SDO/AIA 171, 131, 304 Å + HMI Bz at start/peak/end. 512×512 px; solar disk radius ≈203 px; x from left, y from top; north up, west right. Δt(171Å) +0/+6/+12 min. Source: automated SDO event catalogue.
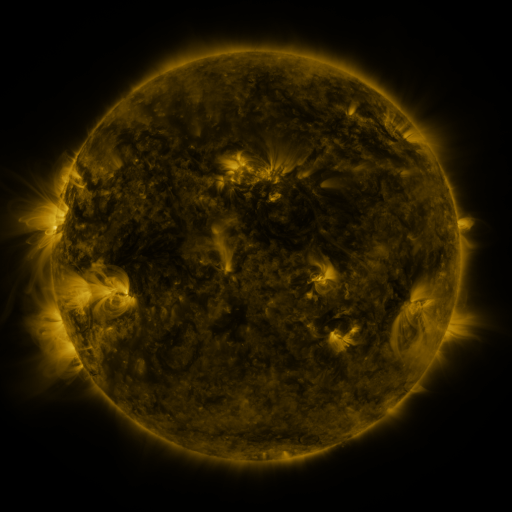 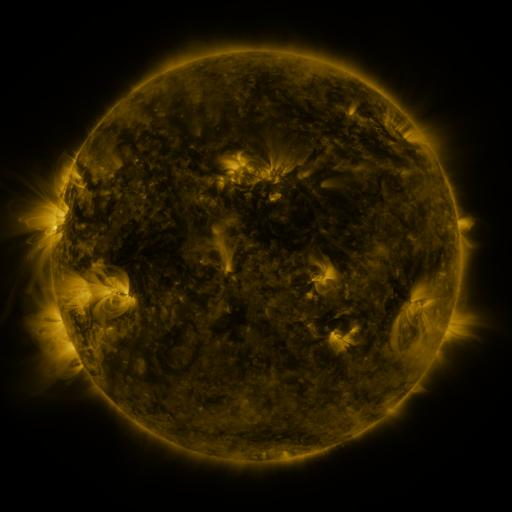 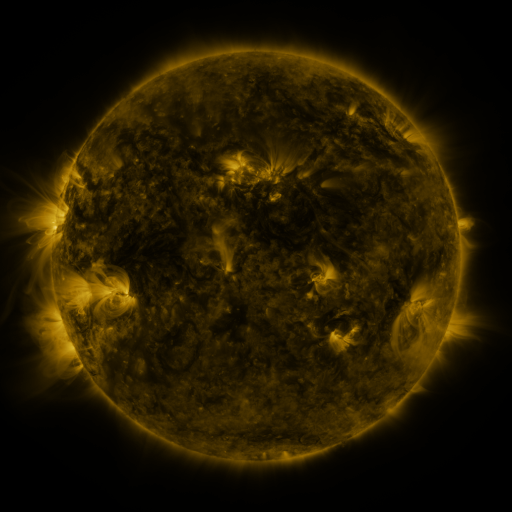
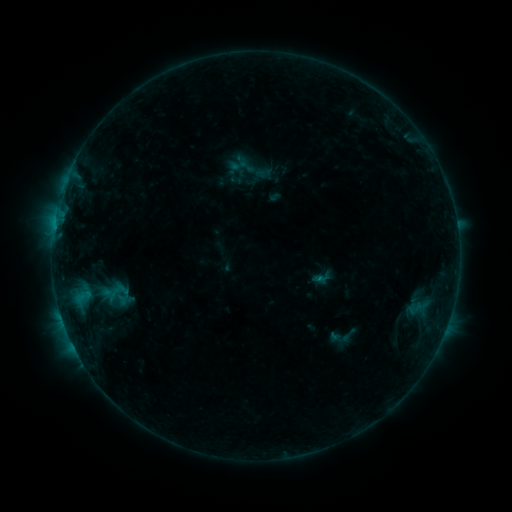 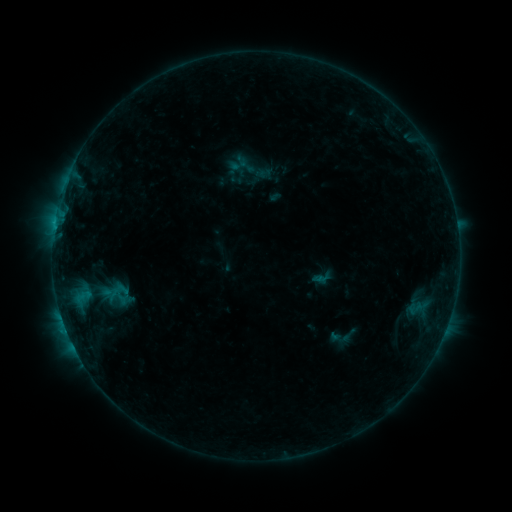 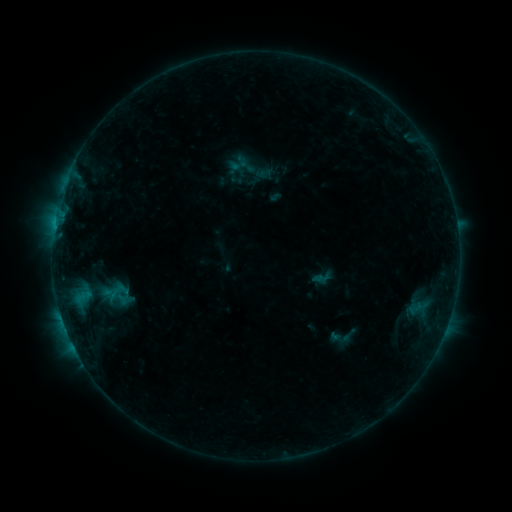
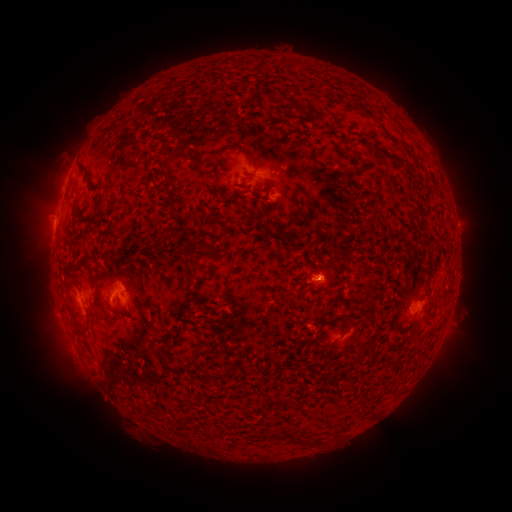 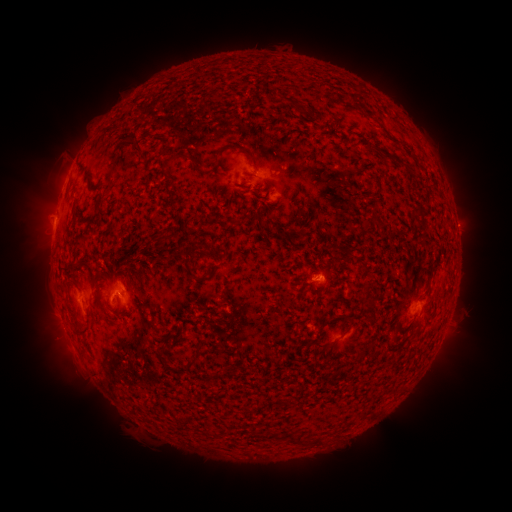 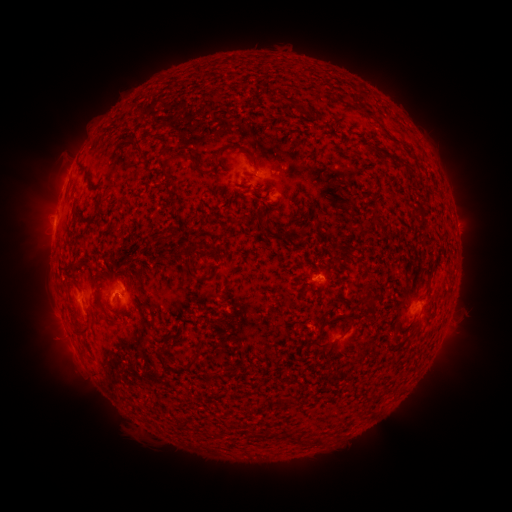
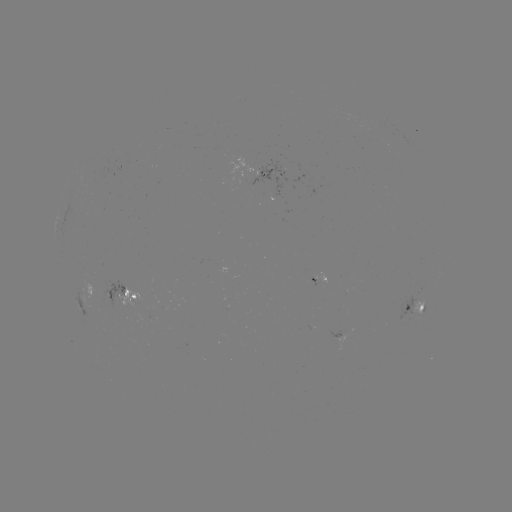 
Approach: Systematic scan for B5.9 flare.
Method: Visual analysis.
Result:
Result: B5.9 flare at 66,326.